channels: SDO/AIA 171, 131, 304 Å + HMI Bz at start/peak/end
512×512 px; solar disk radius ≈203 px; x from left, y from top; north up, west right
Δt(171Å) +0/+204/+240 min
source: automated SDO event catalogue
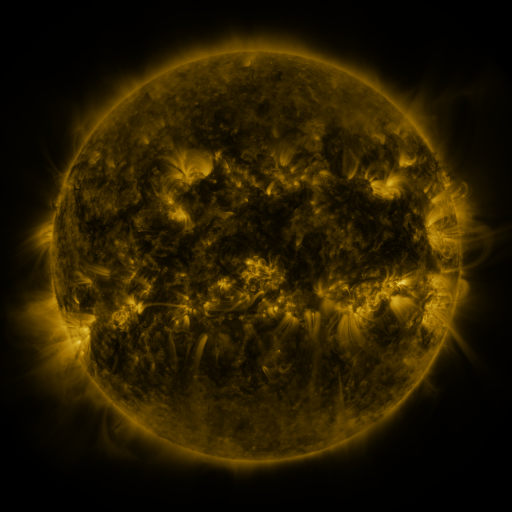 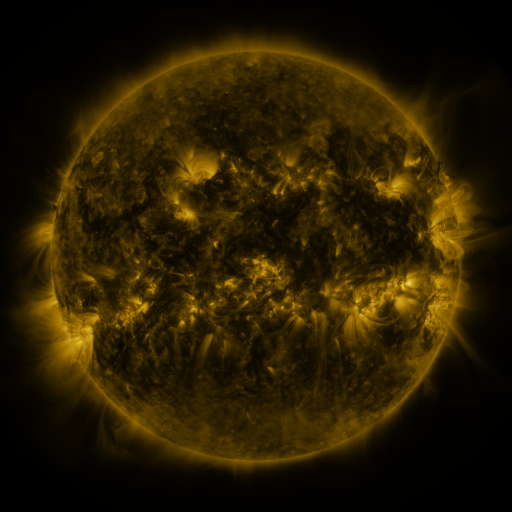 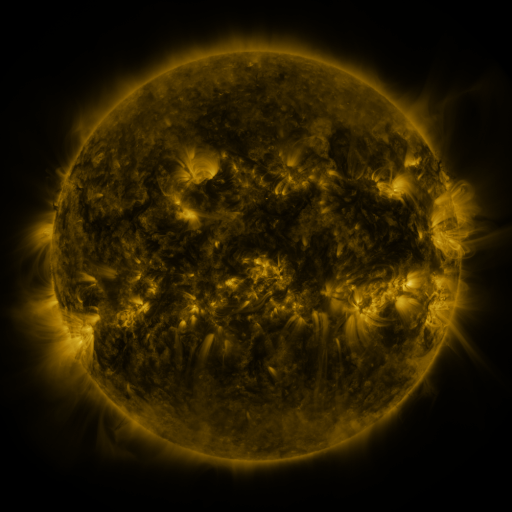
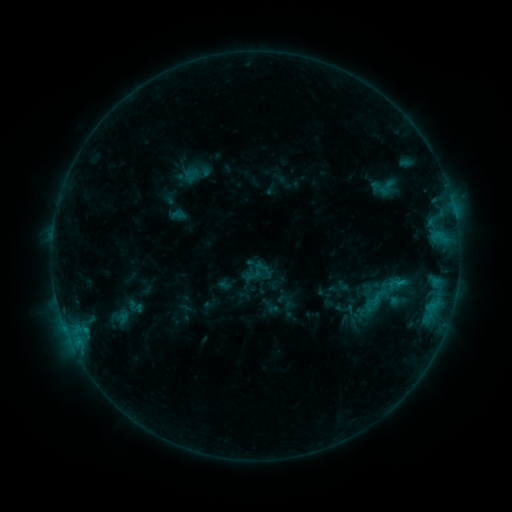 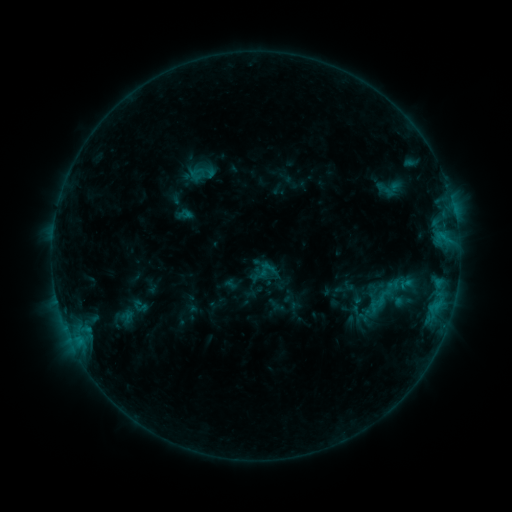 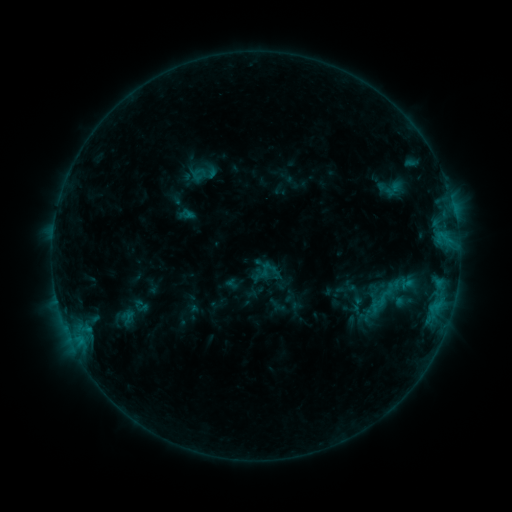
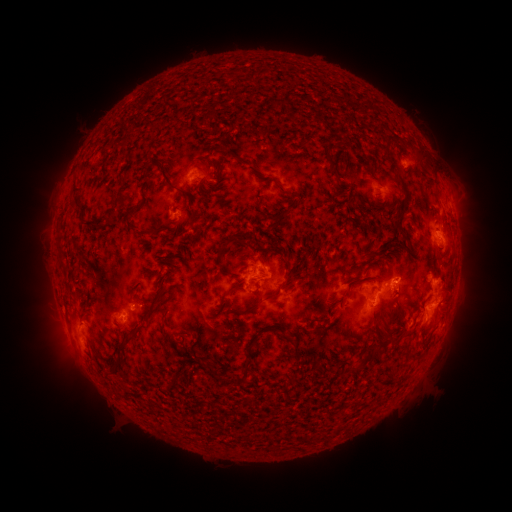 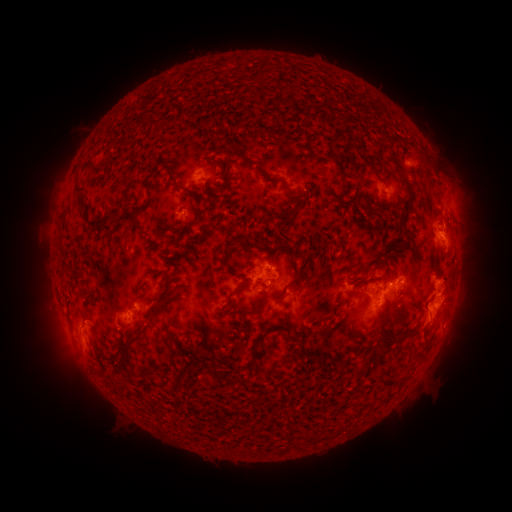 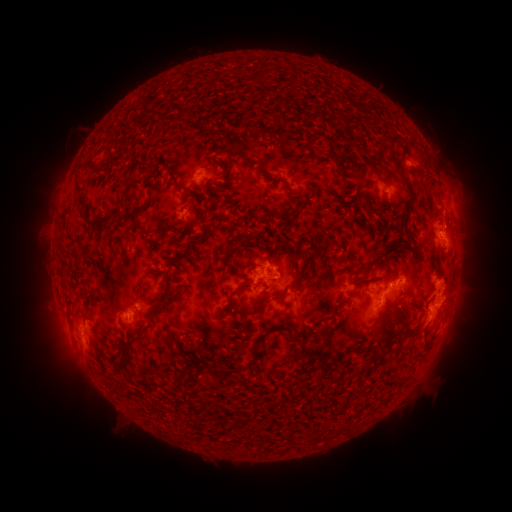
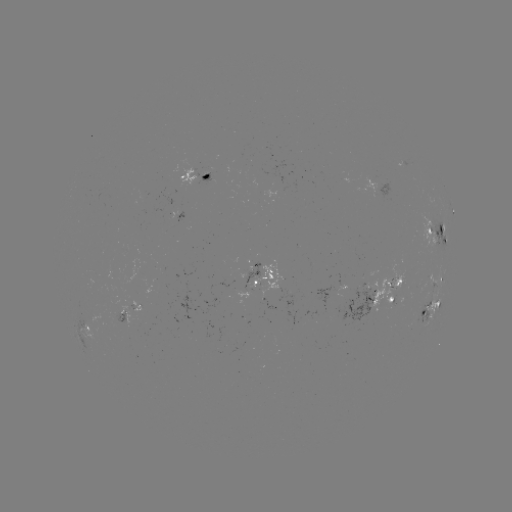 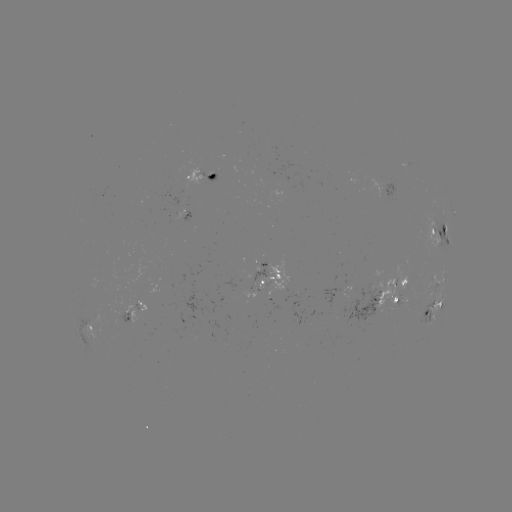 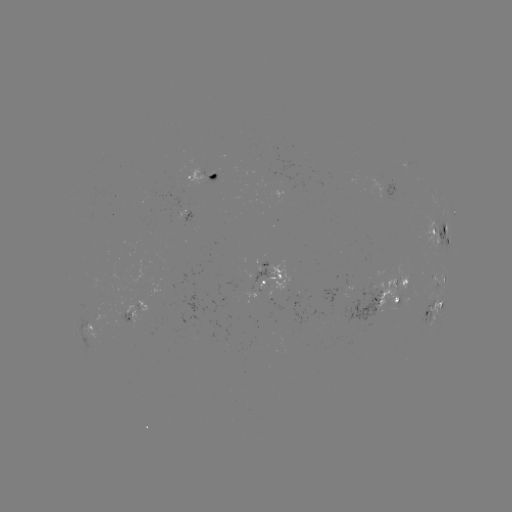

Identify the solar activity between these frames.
emerging-flux region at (121, 320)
